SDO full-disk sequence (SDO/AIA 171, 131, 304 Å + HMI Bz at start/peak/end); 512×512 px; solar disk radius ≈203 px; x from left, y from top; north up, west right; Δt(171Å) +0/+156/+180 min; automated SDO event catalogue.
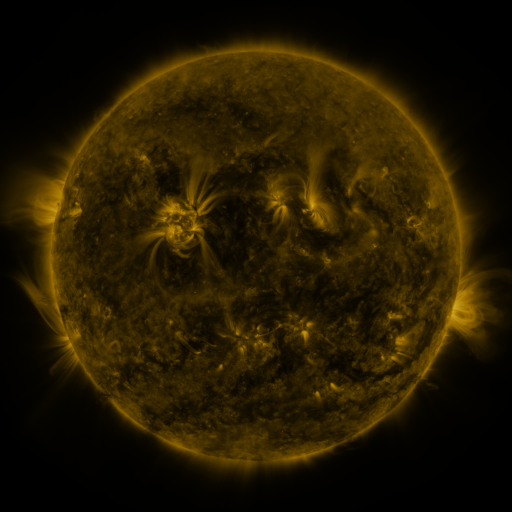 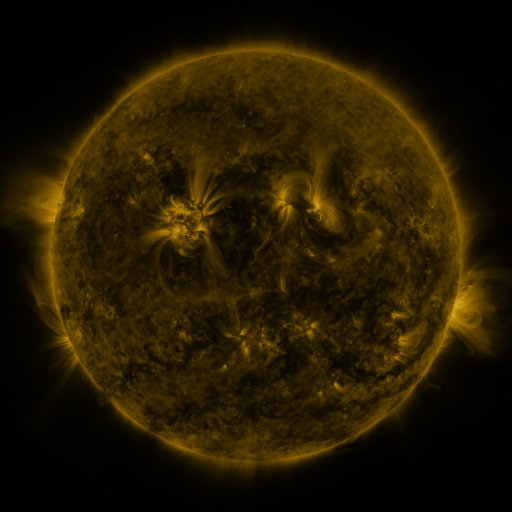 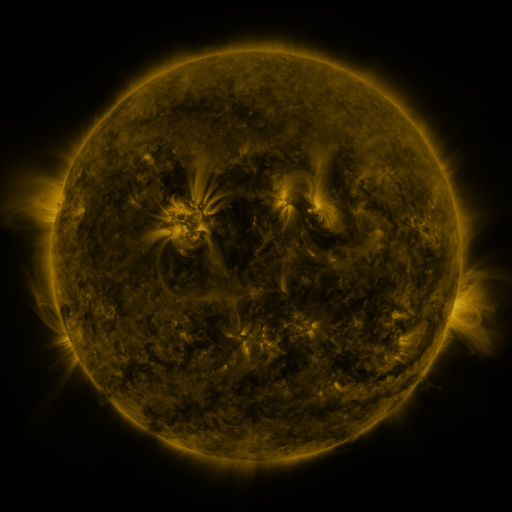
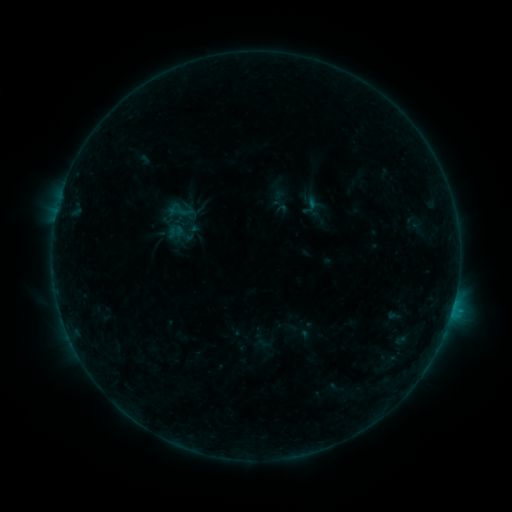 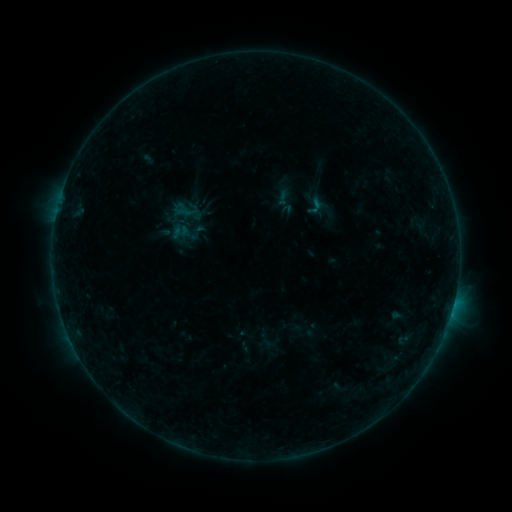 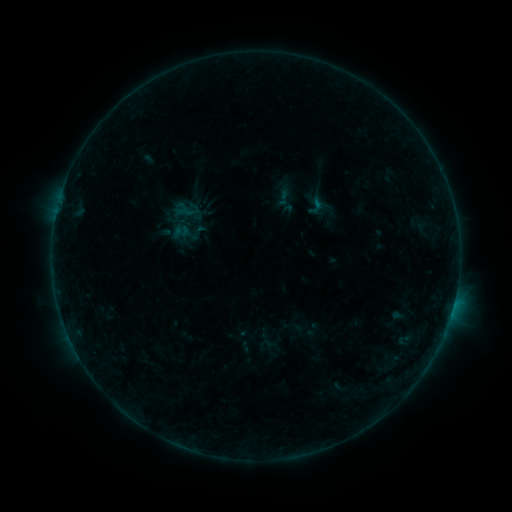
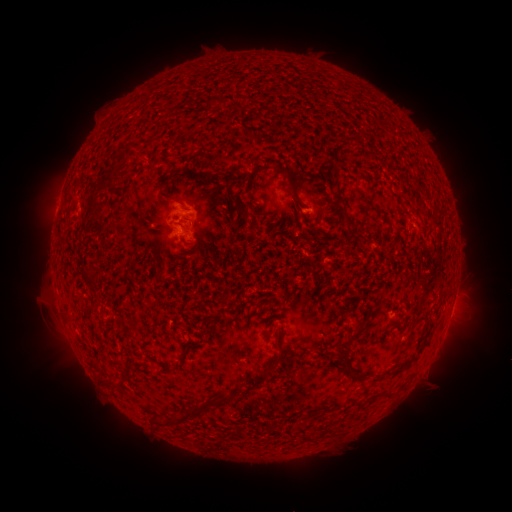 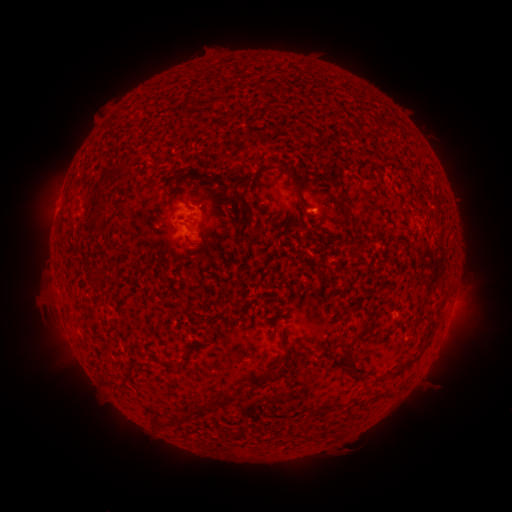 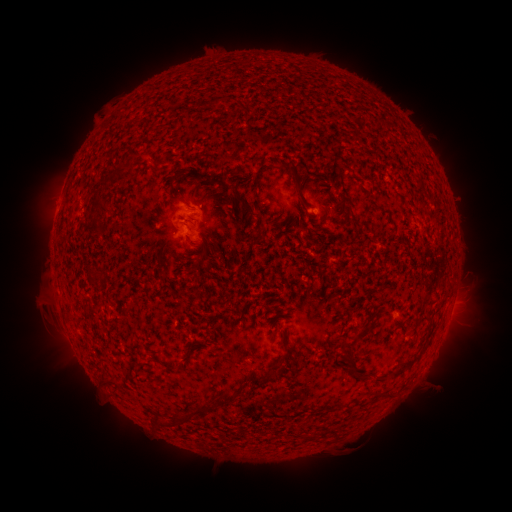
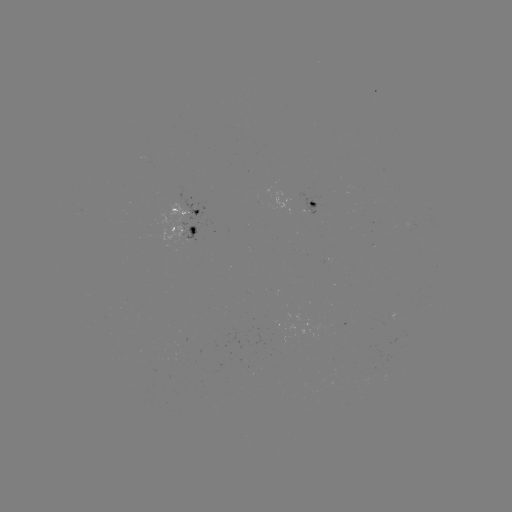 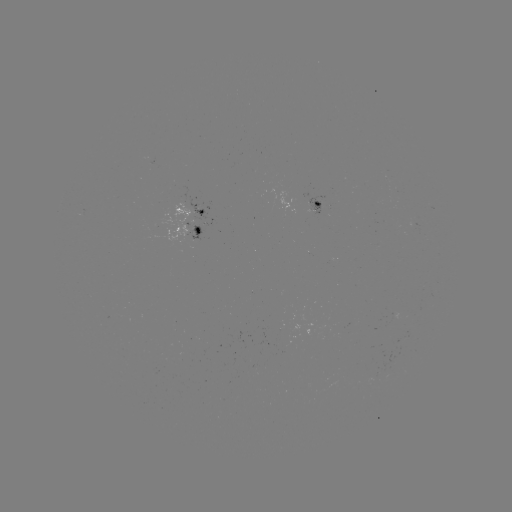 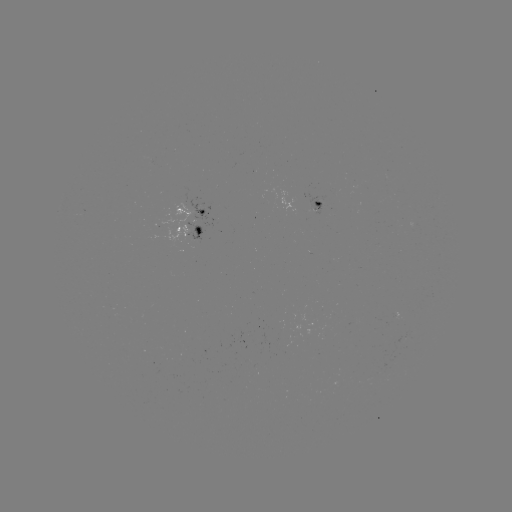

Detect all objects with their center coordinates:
emerging-flux region: (314, 208)
